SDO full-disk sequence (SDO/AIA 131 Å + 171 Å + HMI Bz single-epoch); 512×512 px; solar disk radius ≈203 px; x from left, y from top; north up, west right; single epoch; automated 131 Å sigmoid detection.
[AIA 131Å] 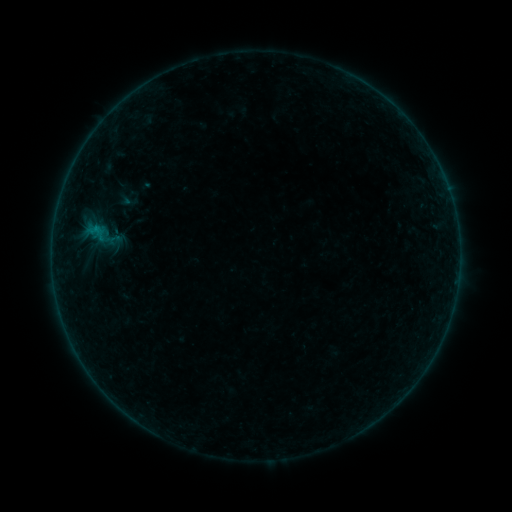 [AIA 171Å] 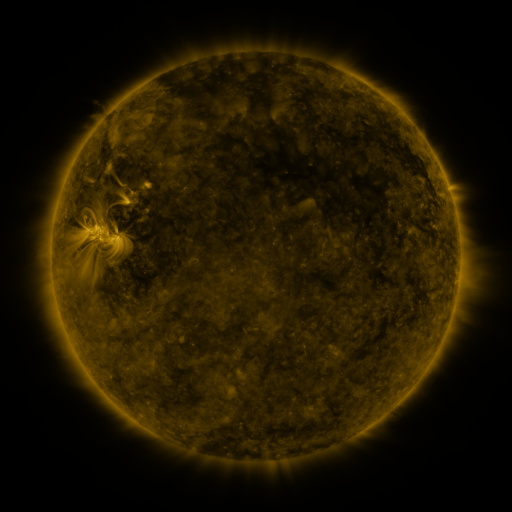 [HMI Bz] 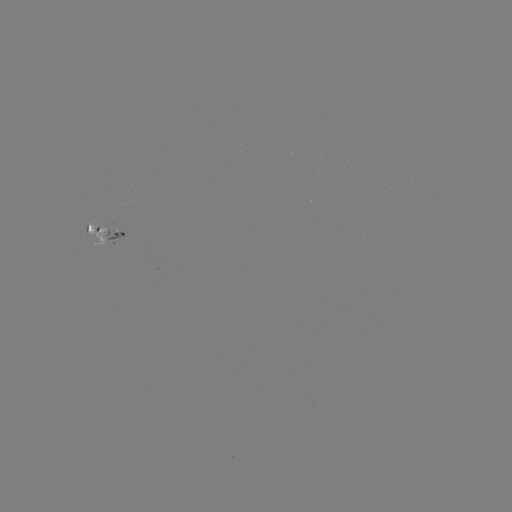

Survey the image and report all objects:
sigmoid: (85, 218, 108, 246)
